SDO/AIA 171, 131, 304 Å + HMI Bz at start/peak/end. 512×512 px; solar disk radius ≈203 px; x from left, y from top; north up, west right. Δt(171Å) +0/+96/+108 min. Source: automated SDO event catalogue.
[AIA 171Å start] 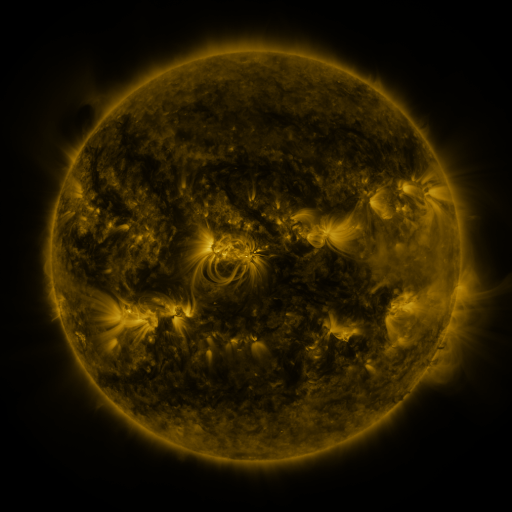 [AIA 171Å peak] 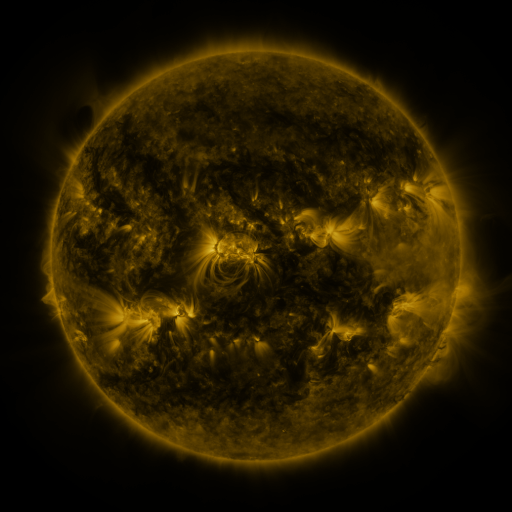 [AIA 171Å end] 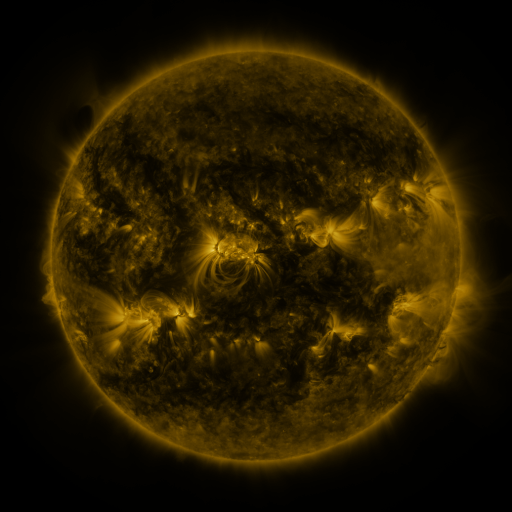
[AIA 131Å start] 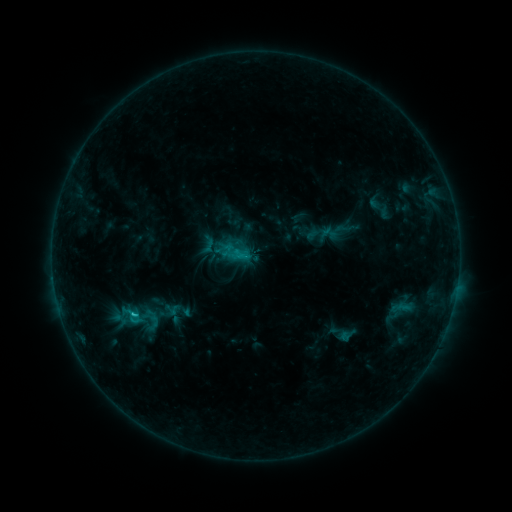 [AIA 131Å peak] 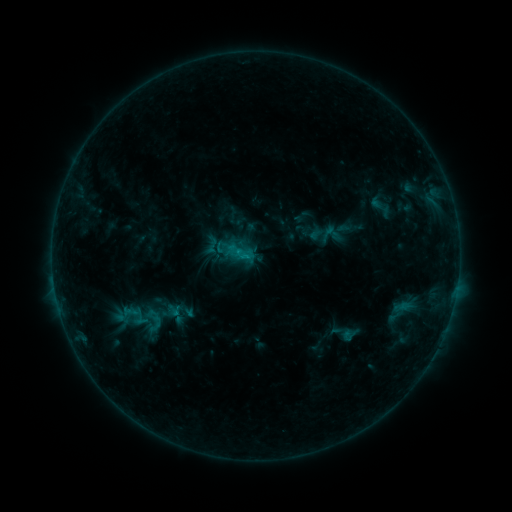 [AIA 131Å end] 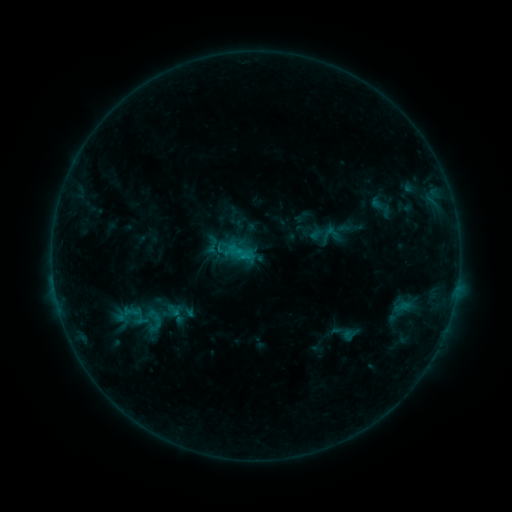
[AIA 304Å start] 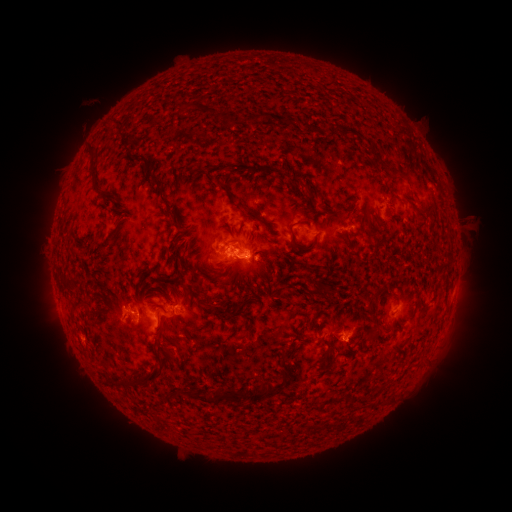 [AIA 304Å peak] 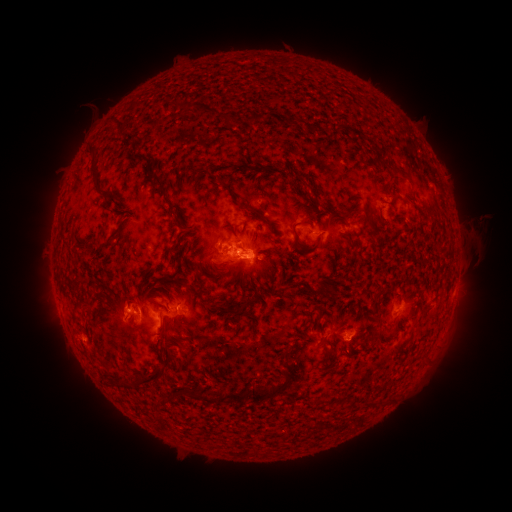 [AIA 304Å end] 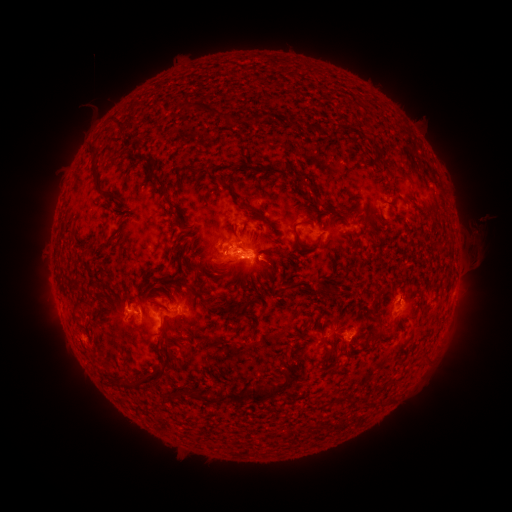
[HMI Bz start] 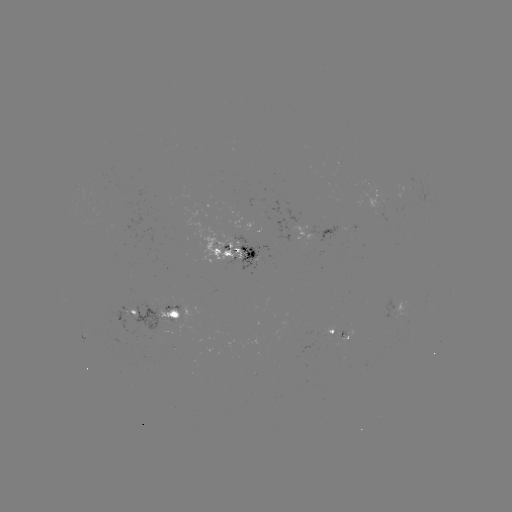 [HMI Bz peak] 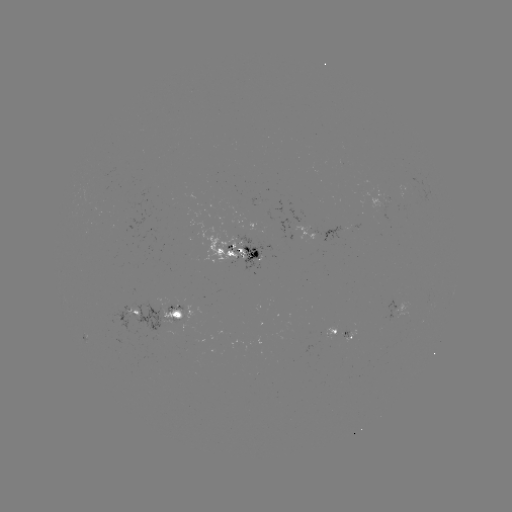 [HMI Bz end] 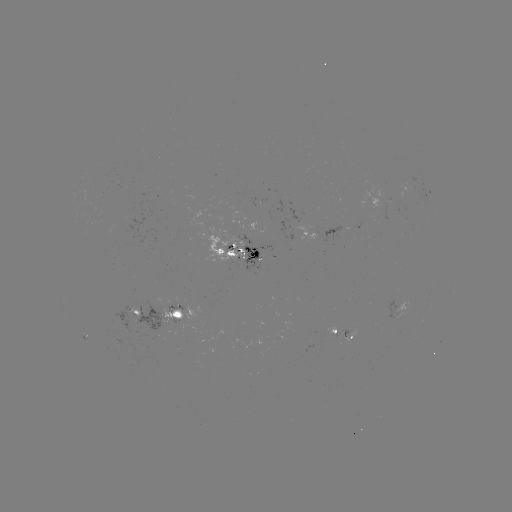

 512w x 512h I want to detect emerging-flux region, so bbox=[372, 186, 389, 202].